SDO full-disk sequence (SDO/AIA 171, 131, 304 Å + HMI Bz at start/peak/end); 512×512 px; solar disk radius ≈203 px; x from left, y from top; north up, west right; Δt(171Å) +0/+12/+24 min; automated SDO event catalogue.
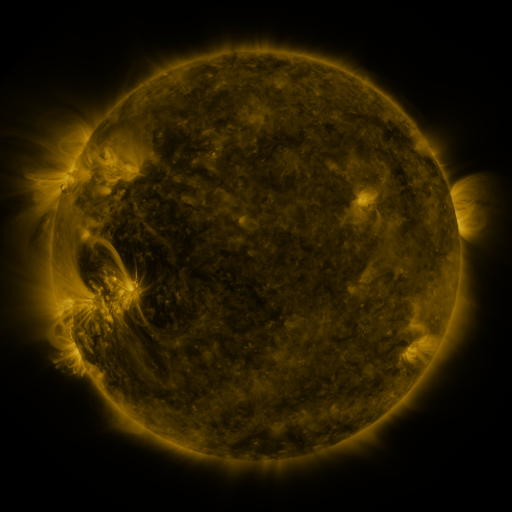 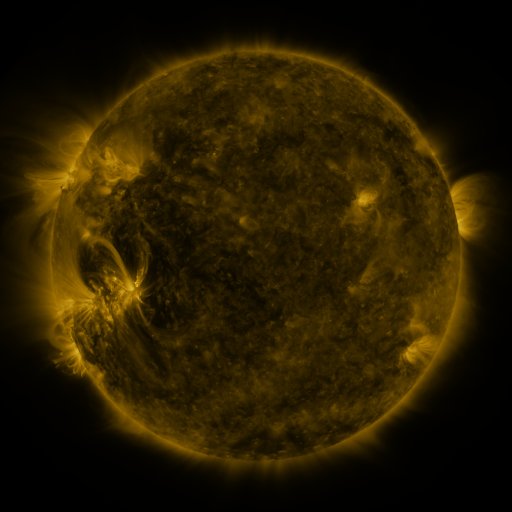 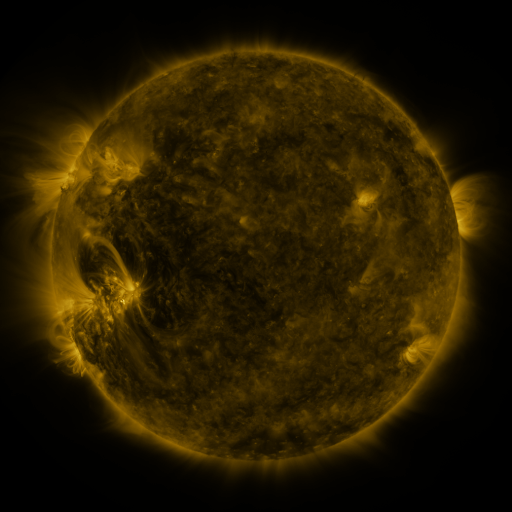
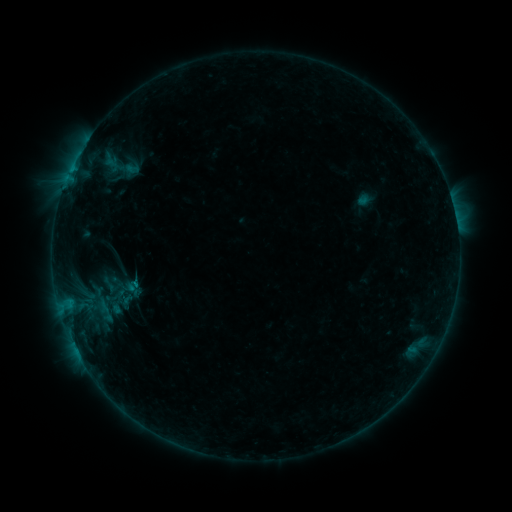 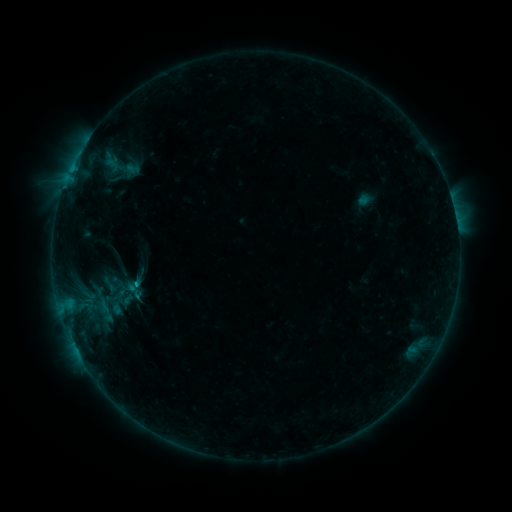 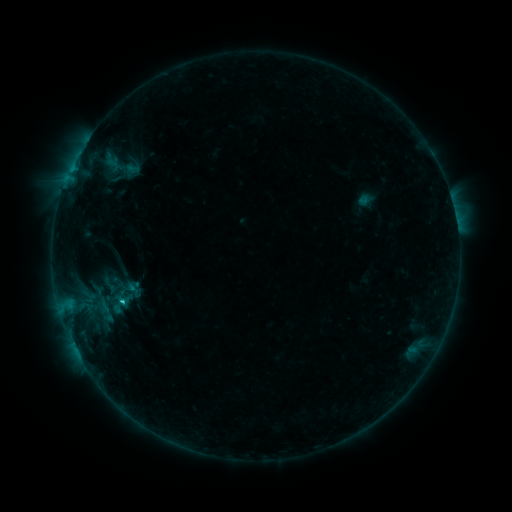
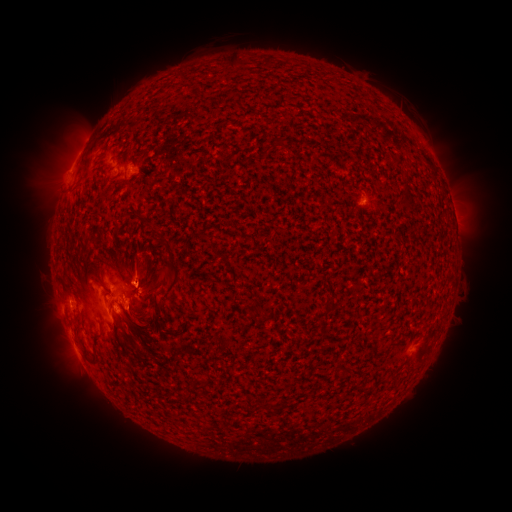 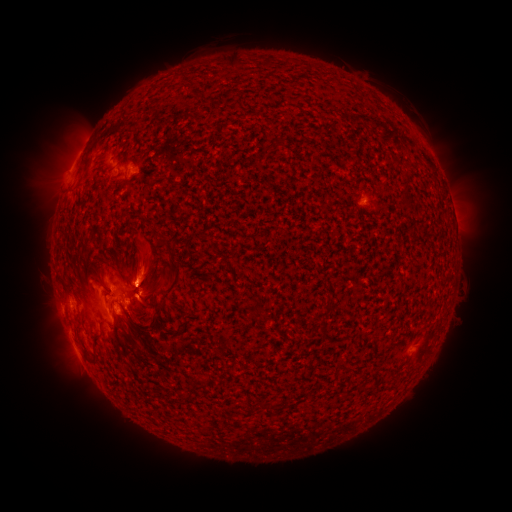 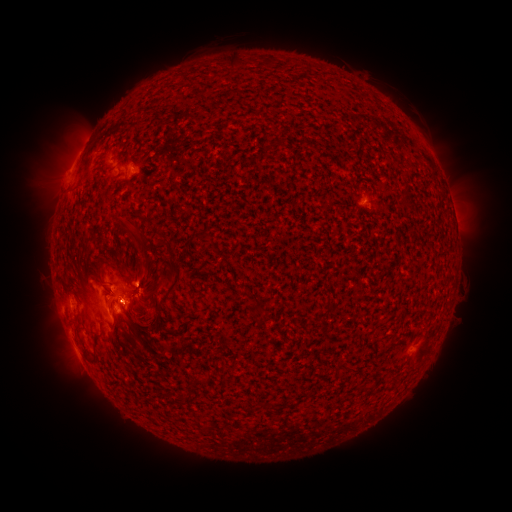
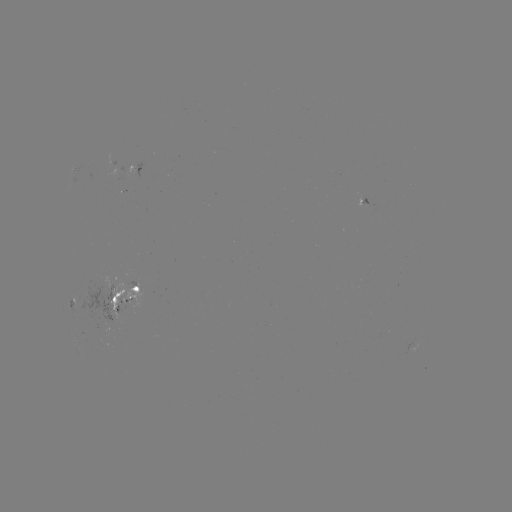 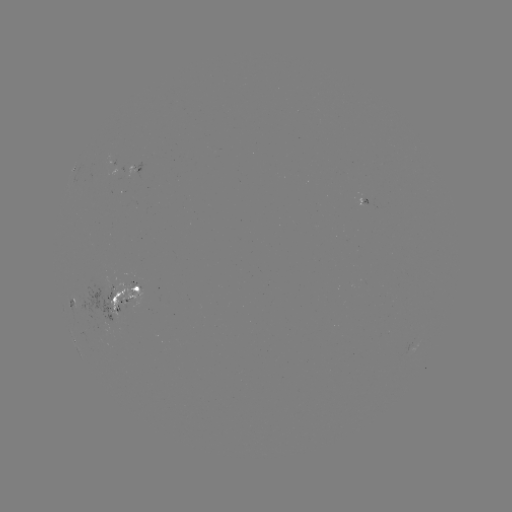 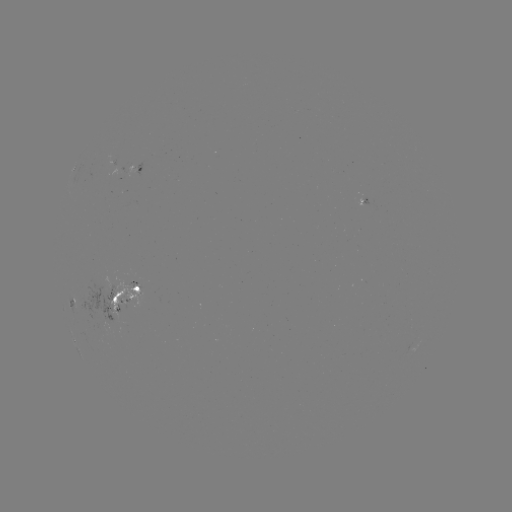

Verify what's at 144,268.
eruption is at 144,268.